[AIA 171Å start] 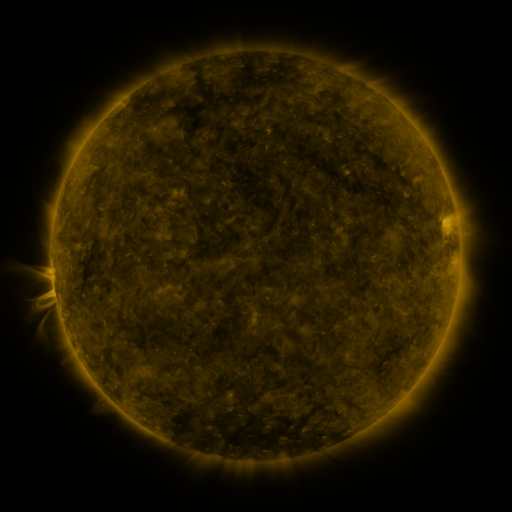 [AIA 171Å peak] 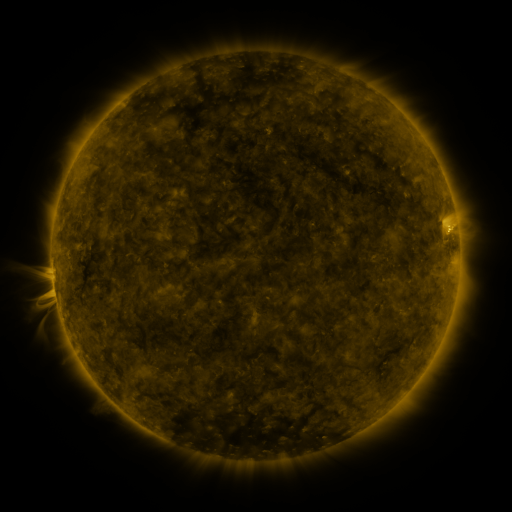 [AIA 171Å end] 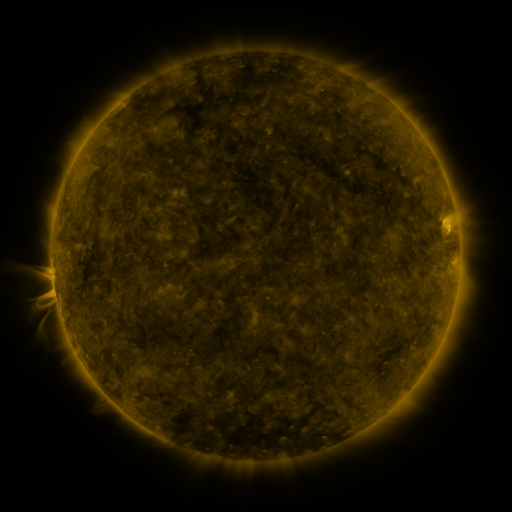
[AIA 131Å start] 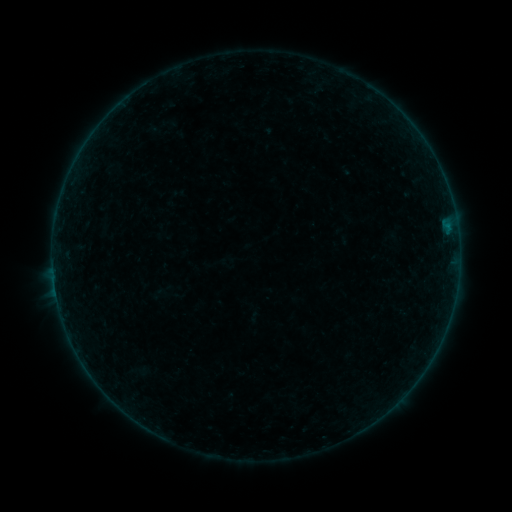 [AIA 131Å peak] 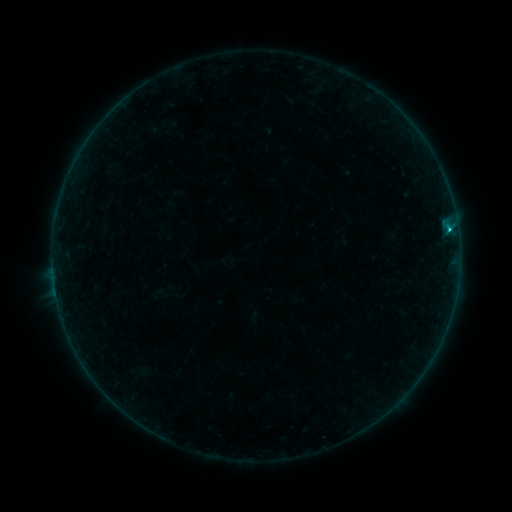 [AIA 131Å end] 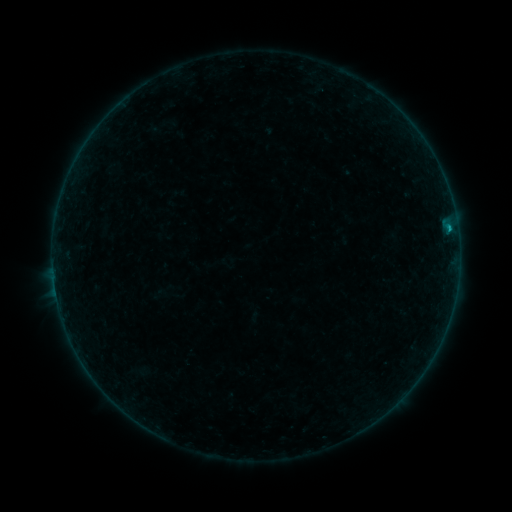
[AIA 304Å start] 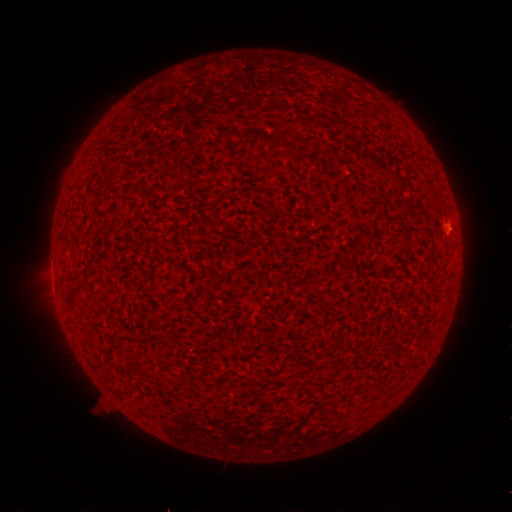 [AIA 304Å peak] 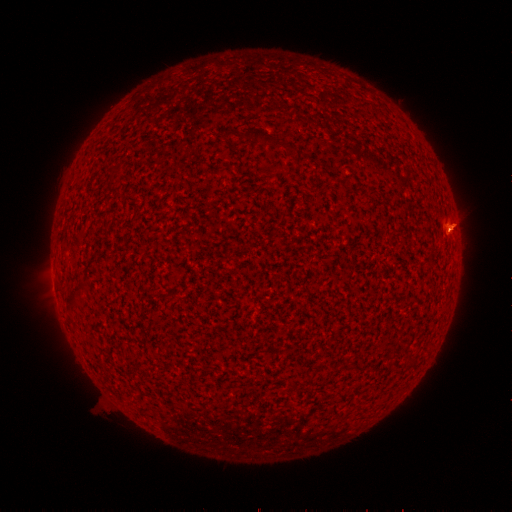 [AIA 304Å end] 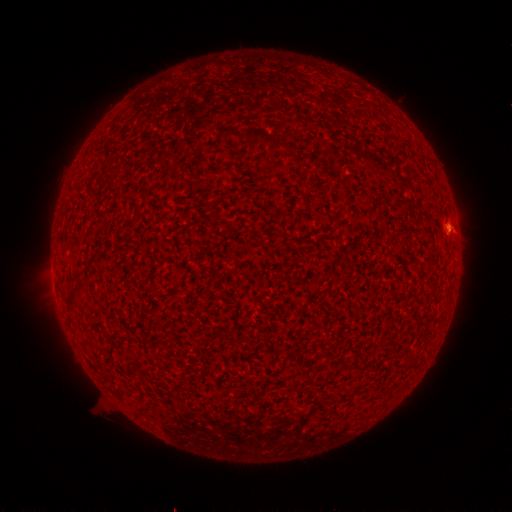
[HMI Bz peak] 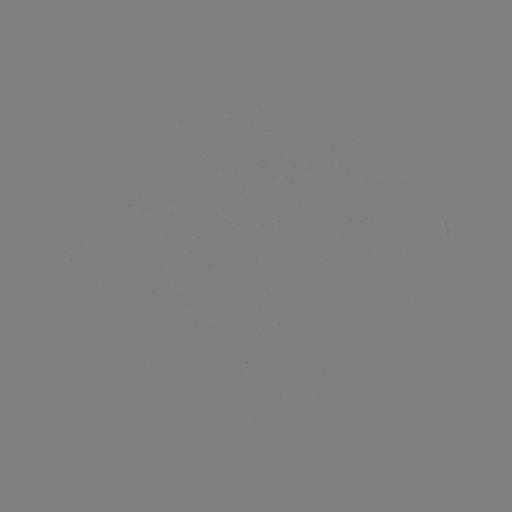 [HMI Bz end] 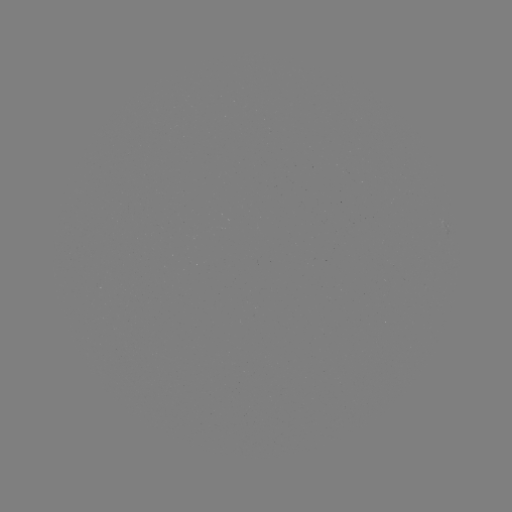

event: eruption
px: (455, 222)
